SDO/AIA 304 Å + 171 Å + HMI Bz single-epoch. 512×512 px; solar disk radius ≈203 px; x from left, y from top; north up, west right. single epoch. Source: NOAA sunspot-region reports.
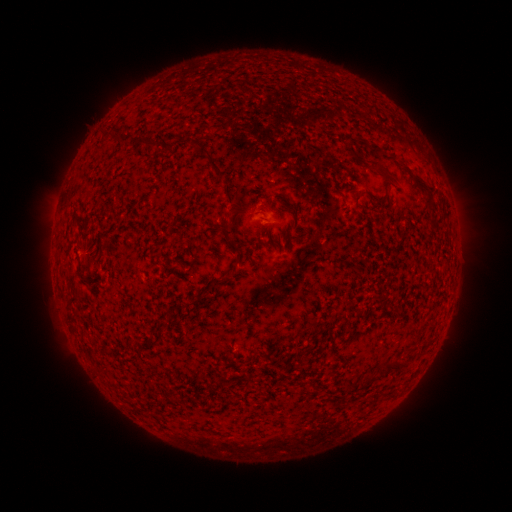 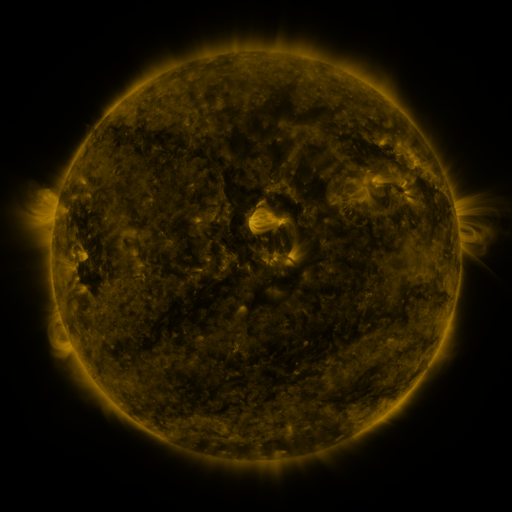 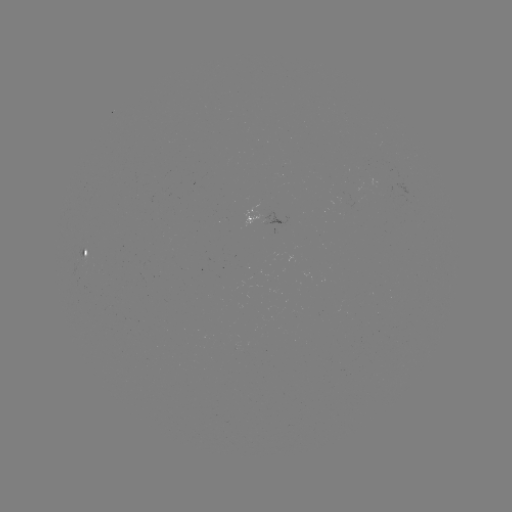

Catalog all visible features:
spotted active region: (259, 217)
spotted active region: (91, 252)
